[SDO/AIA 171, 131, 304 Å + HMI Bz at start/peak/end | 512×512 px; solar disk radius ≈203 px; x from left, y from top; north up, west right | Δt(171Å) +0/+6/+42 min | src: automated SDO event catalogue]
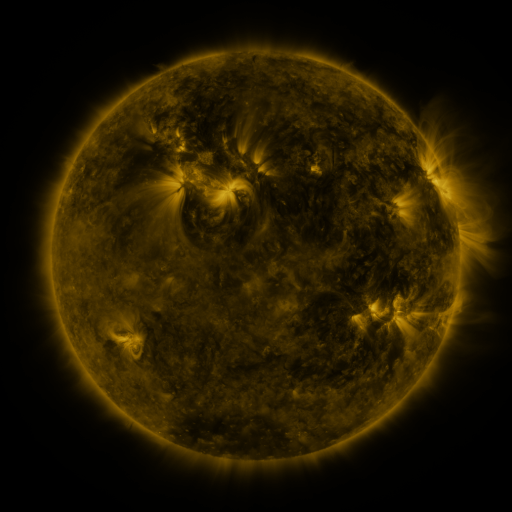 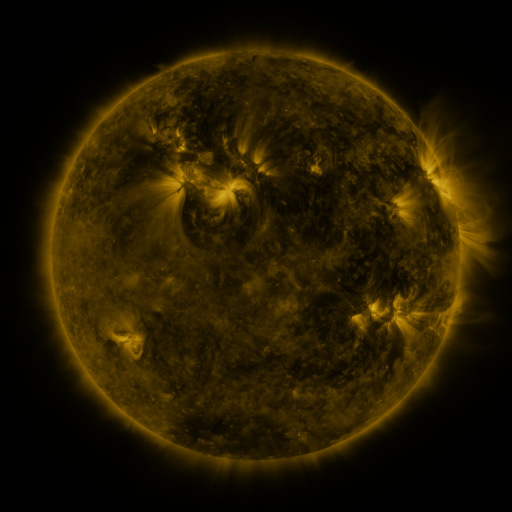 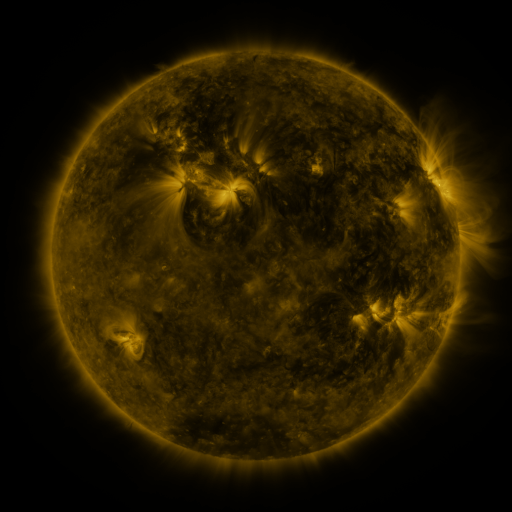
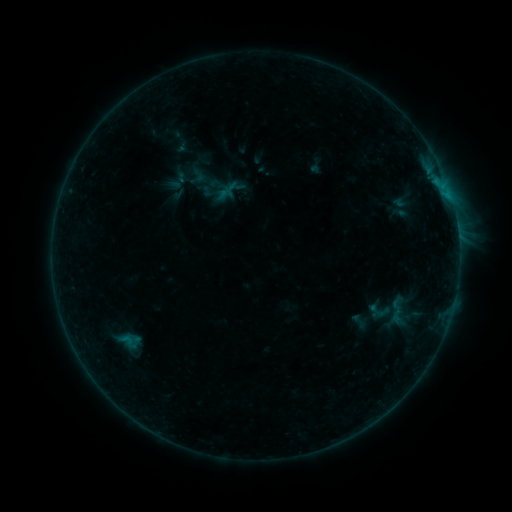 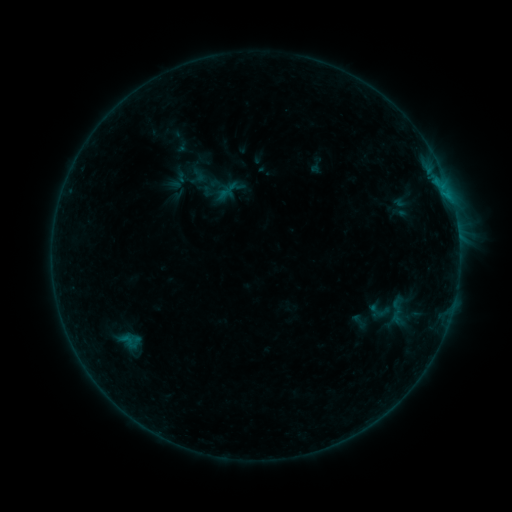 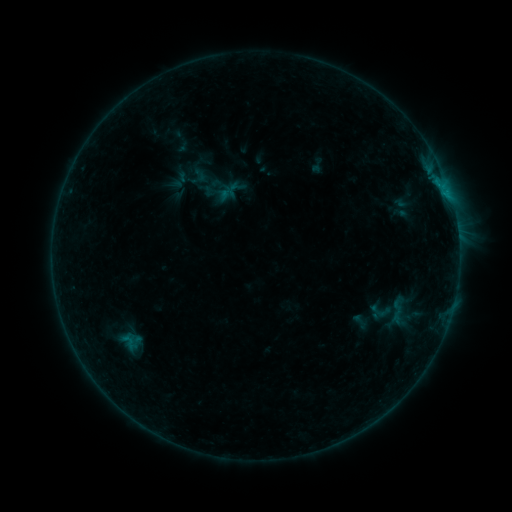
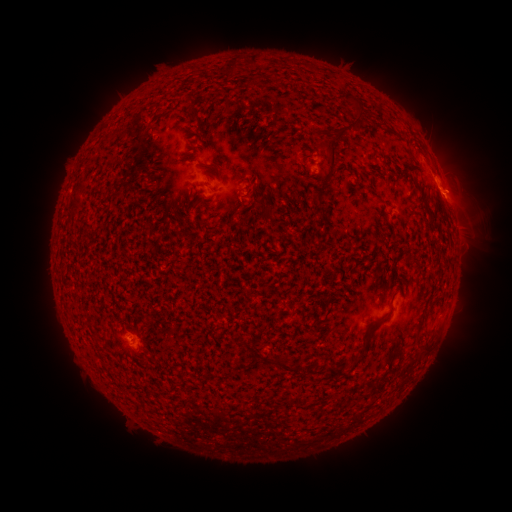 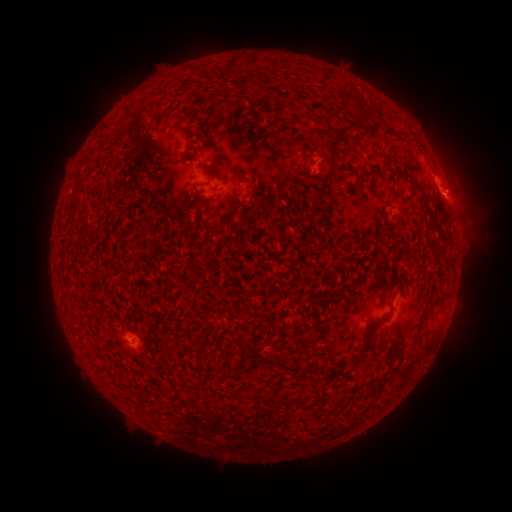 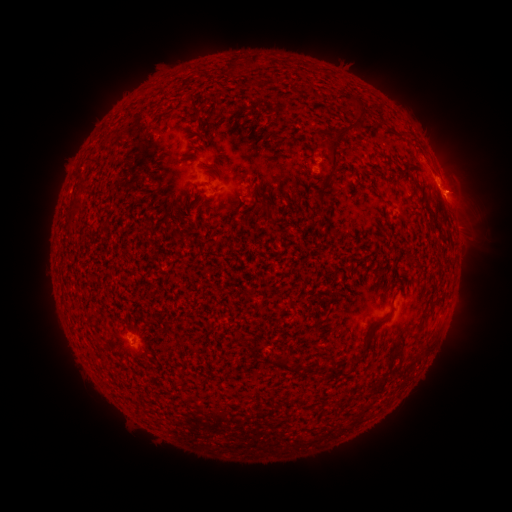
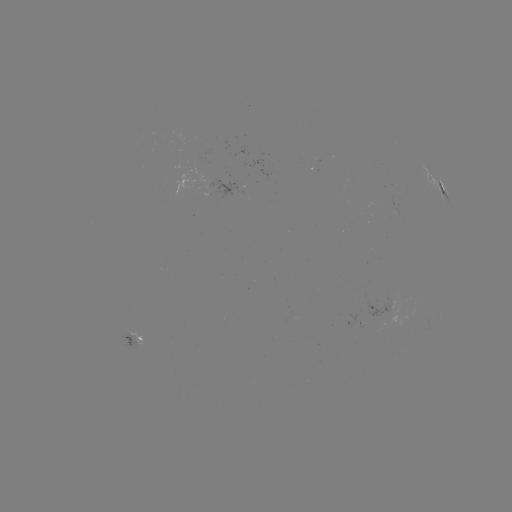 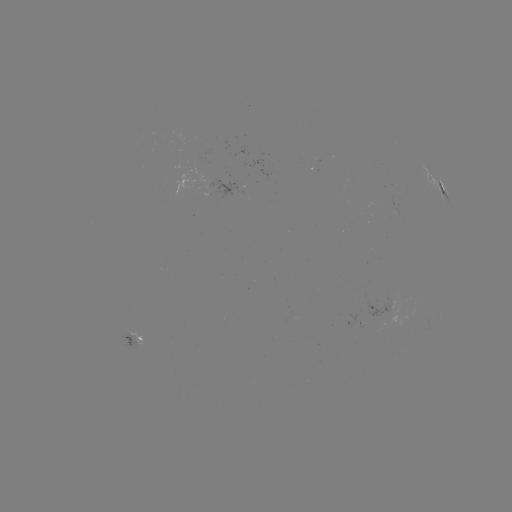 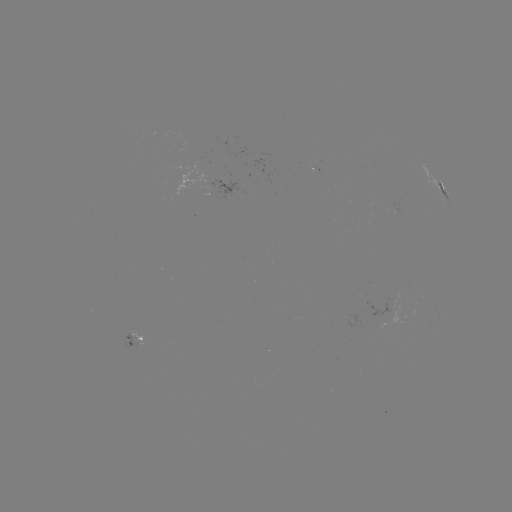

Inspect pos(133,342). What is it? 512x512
emerging-flux region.